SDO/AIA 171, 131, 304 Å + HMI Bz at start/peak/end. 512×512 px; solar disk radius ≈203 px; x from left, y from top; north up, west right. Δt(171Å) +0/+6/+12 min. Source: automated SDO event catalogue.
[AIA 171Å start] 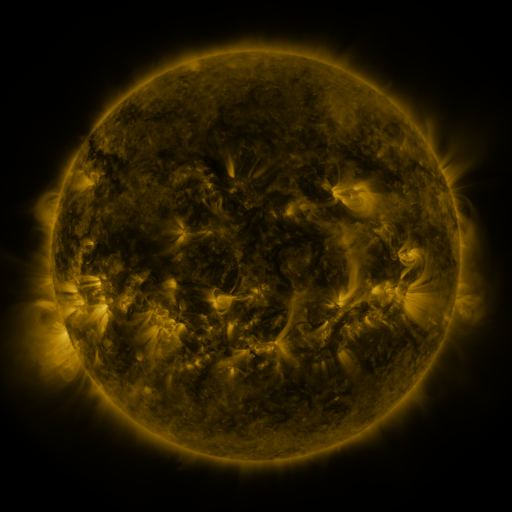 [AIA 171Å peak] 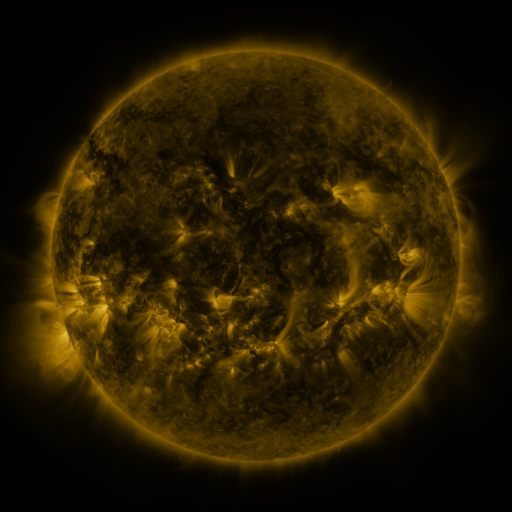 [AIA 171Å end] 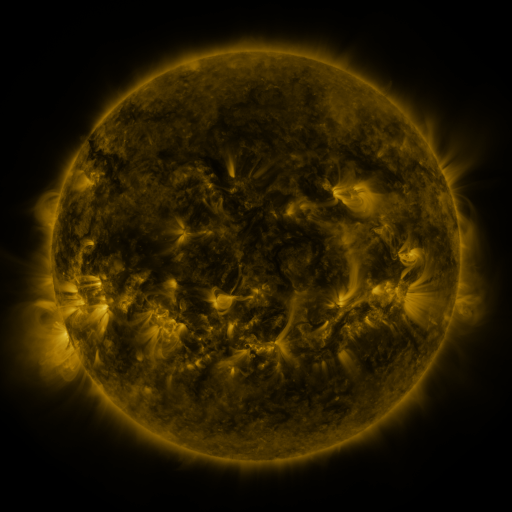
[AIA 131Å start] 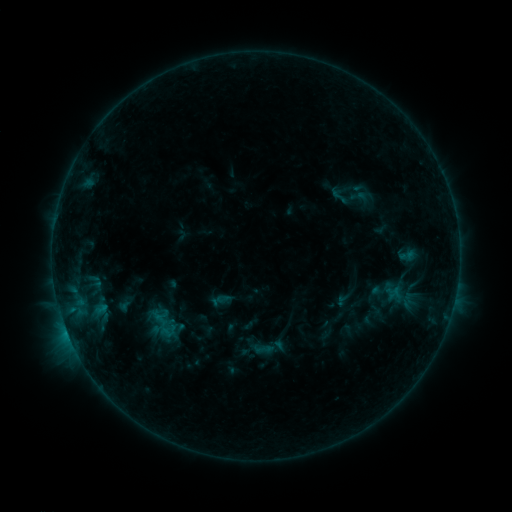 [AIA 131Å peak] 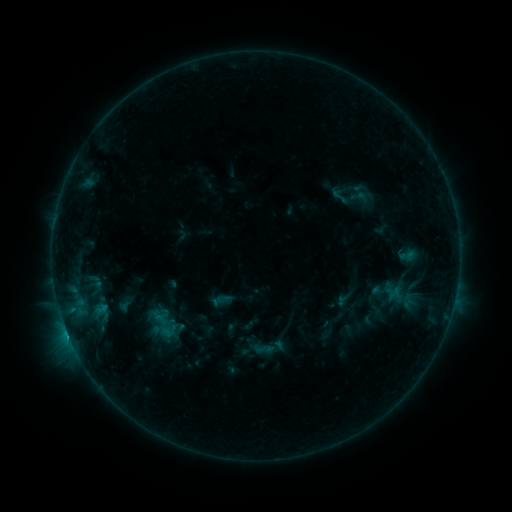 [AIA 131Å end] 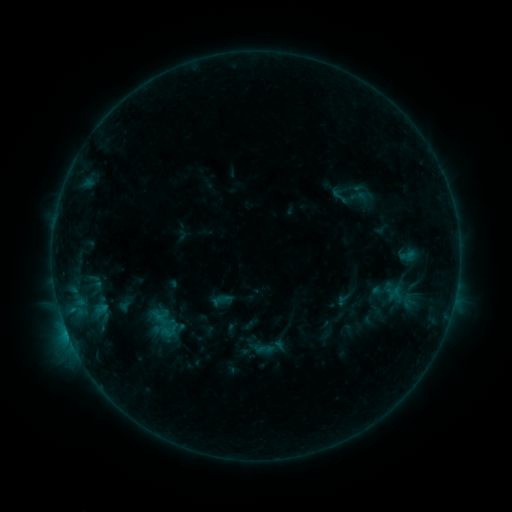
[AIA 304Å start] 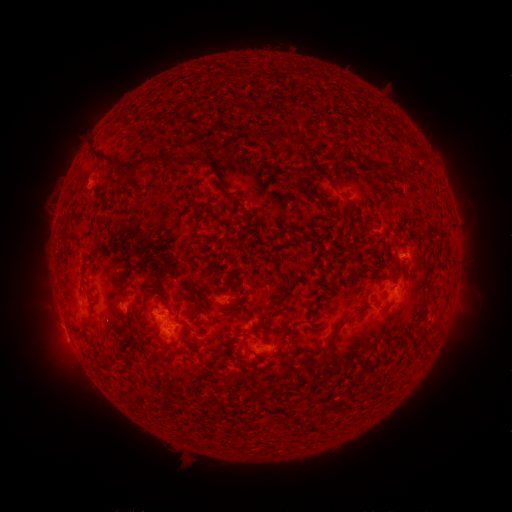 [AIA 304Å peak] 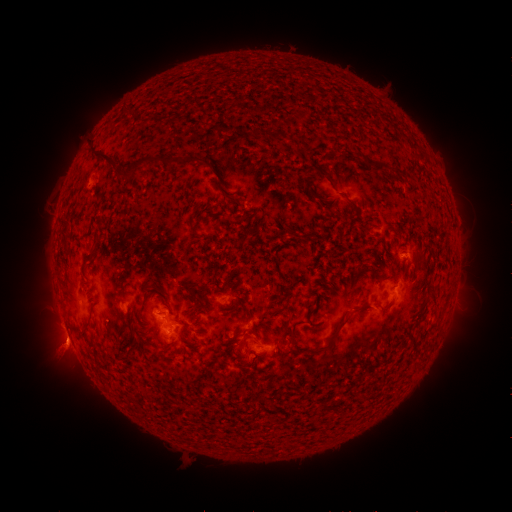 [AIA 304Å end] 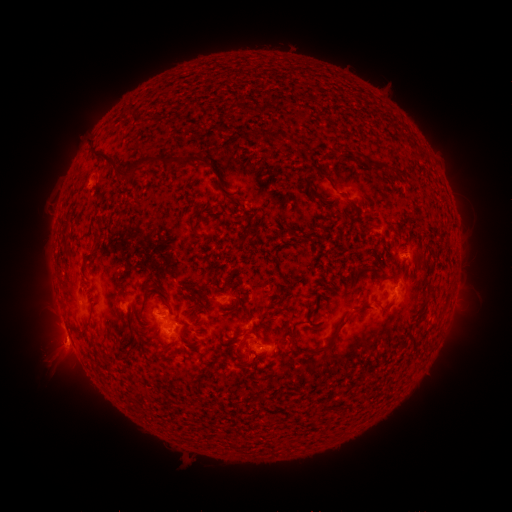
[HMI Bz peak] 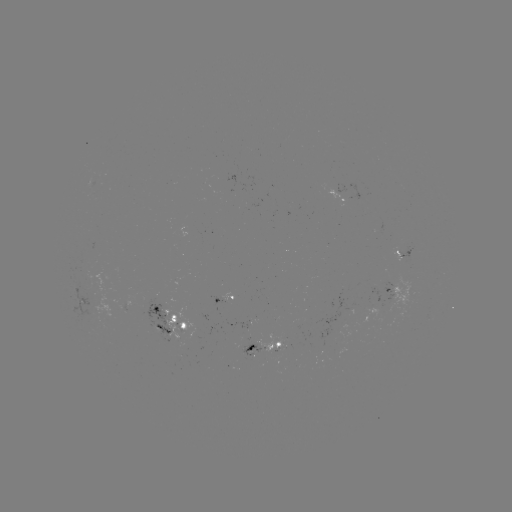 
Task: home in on eruption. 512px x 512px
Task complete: [63, 344].